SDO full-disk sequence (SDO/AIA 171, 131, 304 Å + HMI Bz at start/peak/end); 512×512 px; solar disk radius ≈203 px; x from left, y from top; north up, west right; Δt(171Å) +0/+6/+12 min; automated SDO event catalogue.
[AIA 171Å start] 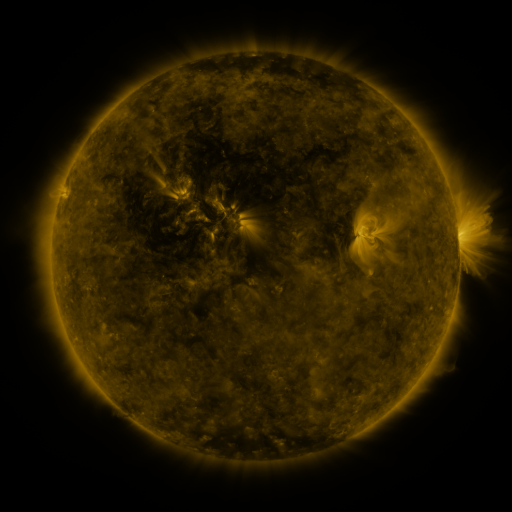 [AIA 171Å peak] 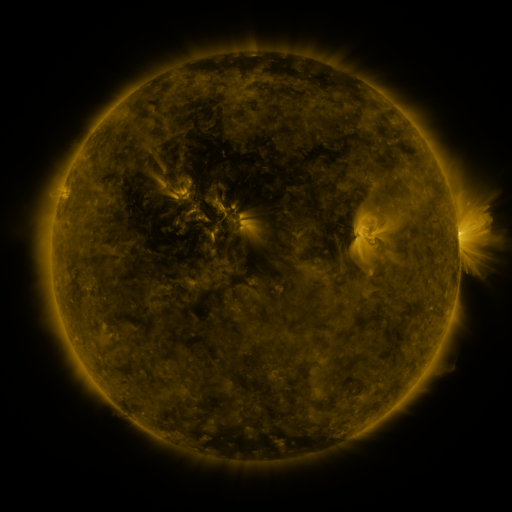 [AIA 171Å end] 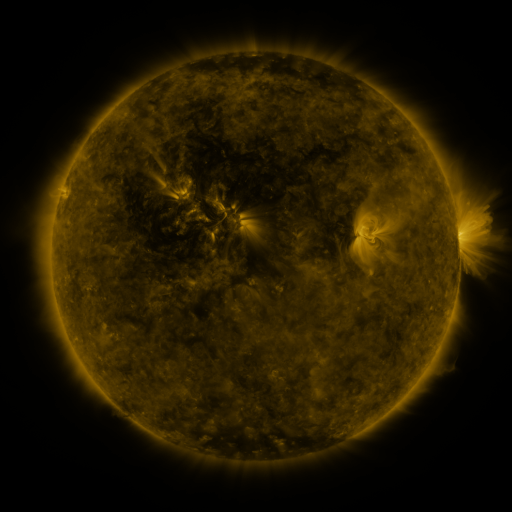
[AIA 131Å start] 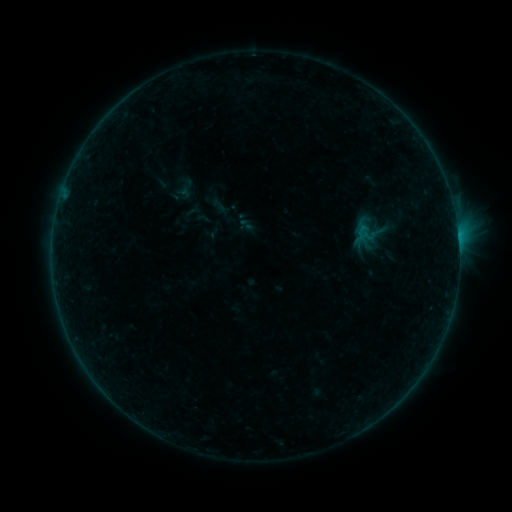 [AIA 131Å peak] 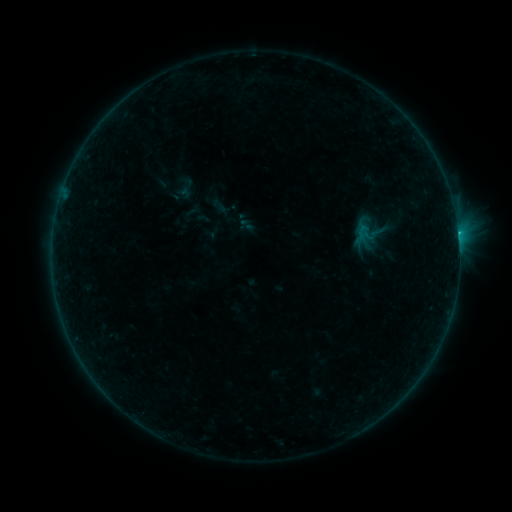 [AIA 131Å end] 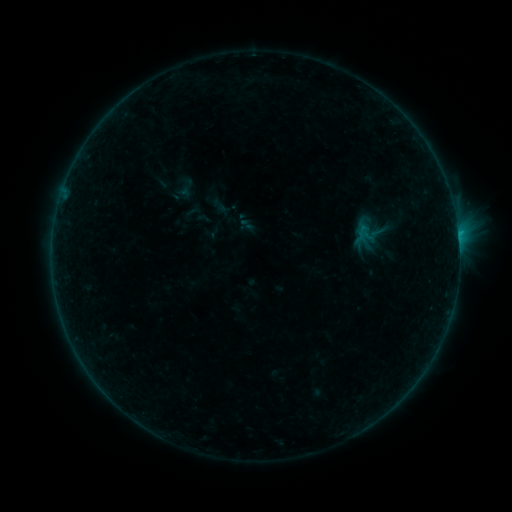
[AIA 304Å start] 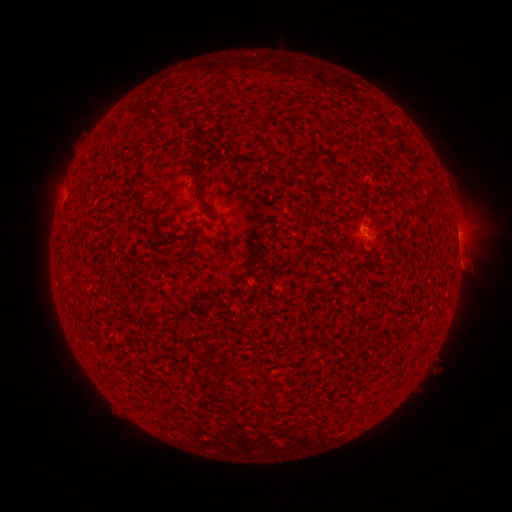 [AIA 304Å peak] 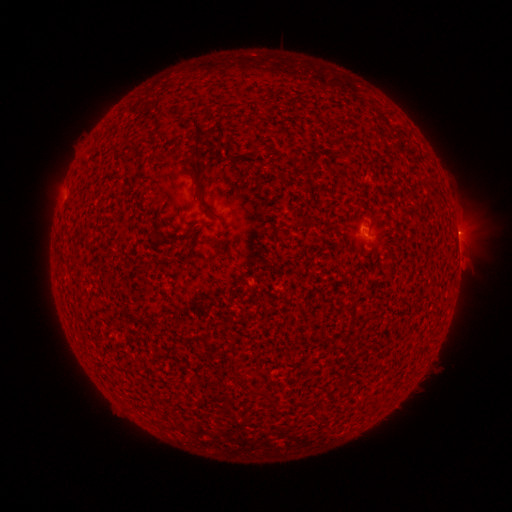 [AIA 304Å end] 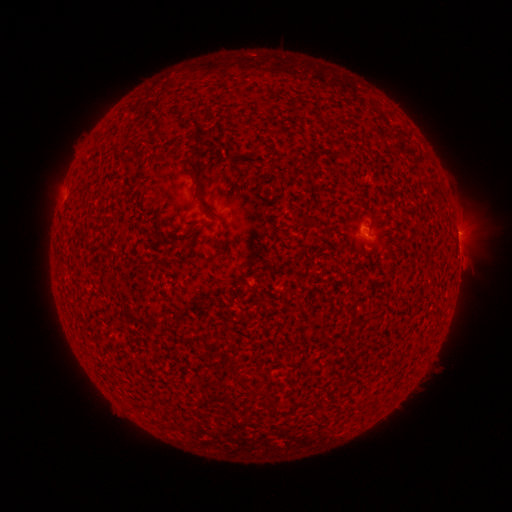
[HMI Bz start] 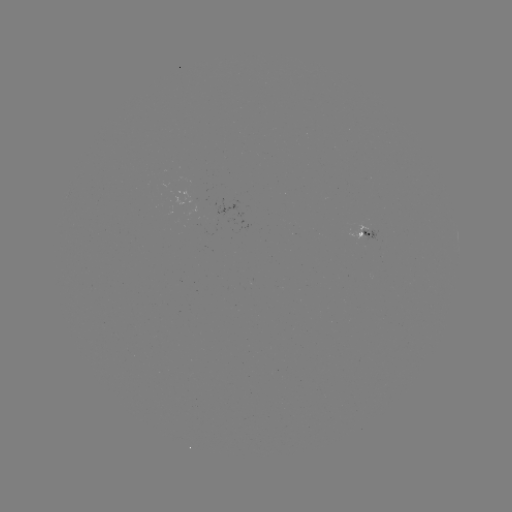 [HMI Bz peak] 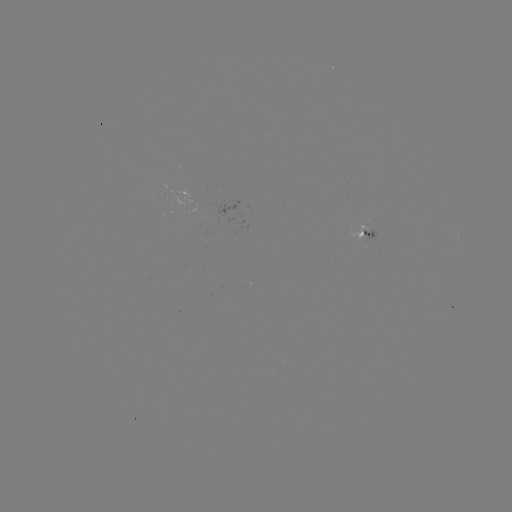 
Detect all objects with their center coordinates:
B2.5 flare: (458, 234)
